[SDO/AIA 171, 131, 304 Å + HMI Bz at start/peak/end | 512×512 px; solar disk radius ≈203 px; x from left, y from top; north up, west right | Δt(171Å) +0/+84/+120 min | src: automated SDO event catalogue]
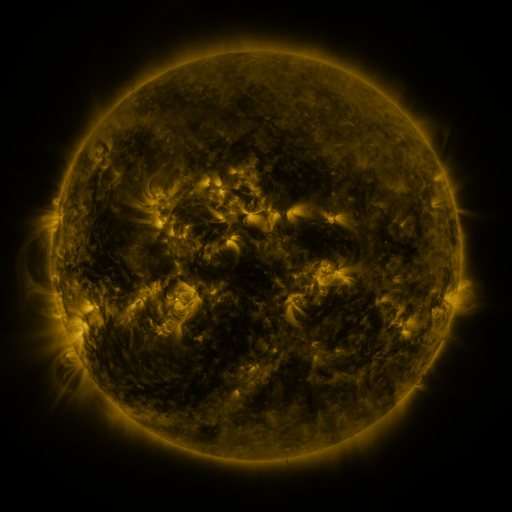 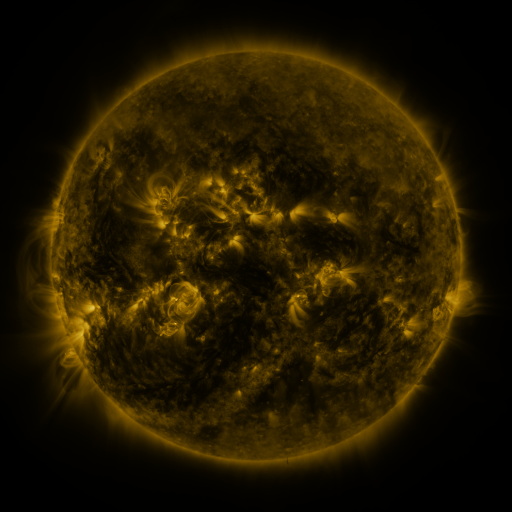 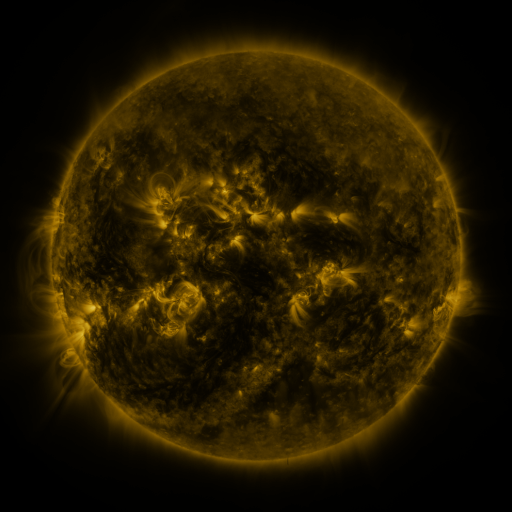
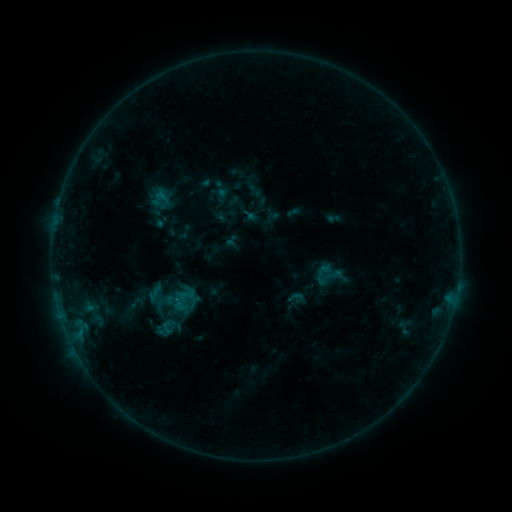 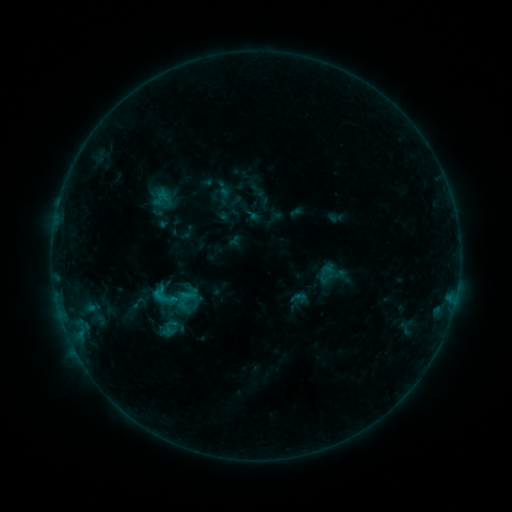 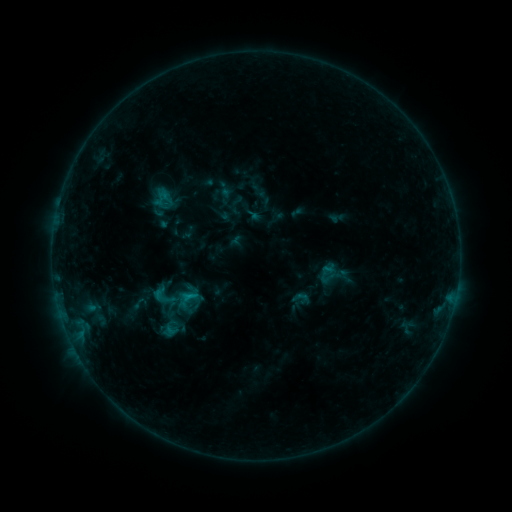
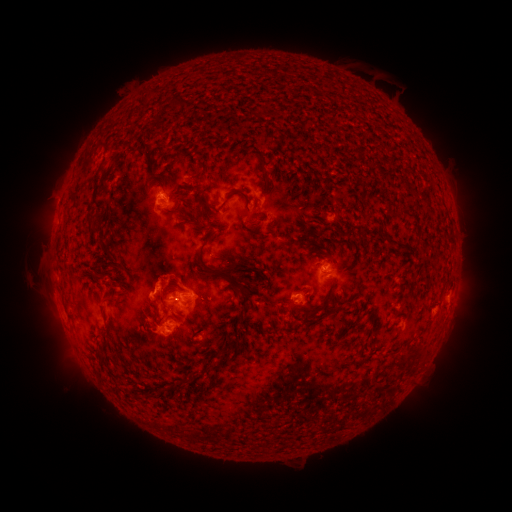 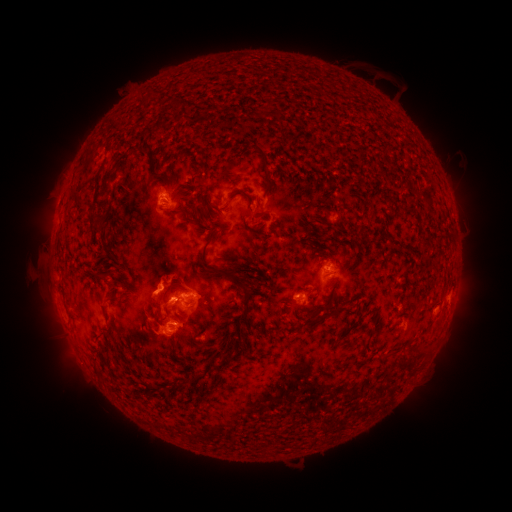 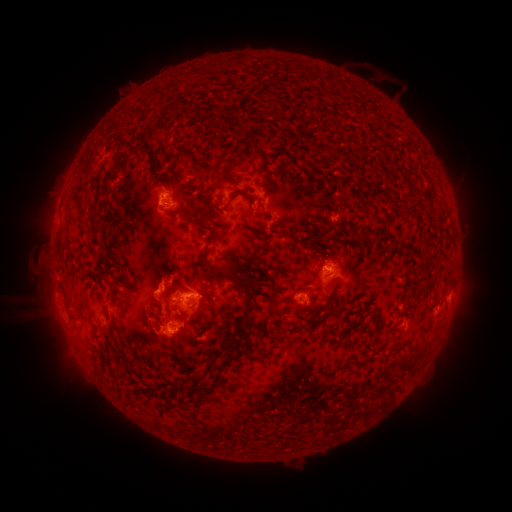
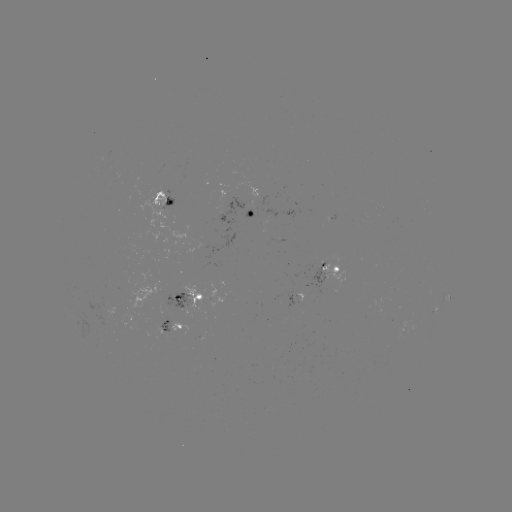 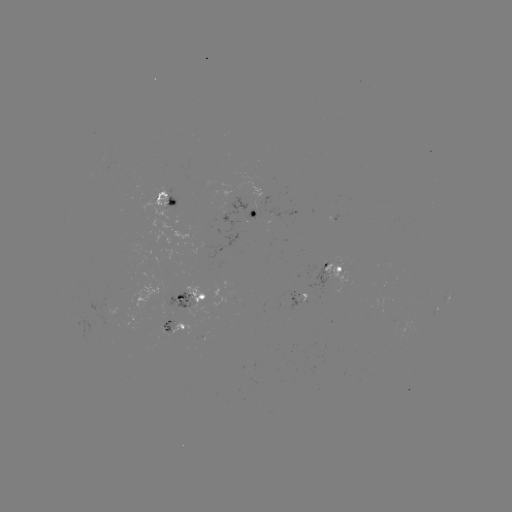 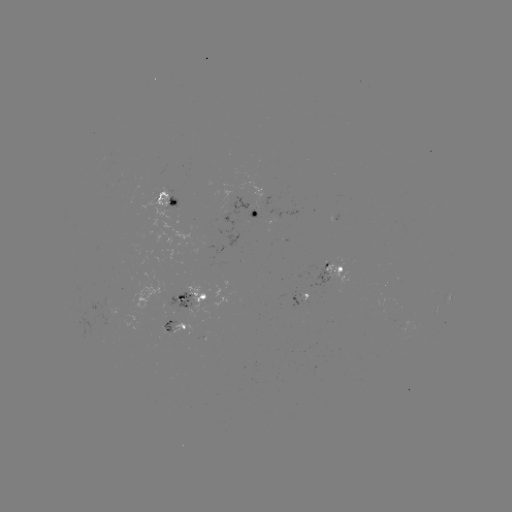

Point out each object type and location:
emerging-flux region: (400, 326)
